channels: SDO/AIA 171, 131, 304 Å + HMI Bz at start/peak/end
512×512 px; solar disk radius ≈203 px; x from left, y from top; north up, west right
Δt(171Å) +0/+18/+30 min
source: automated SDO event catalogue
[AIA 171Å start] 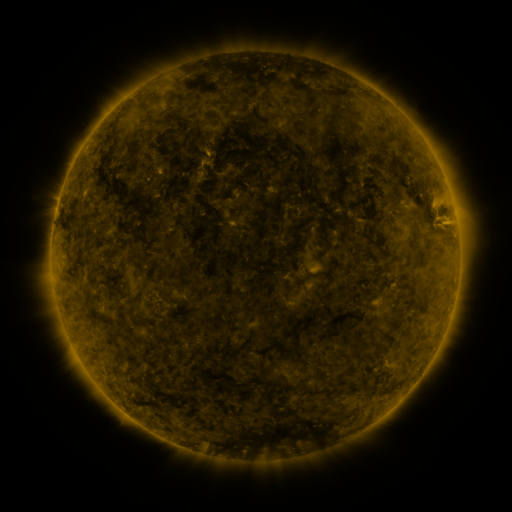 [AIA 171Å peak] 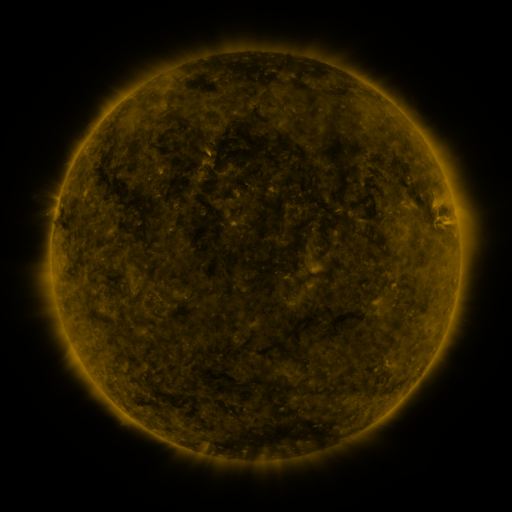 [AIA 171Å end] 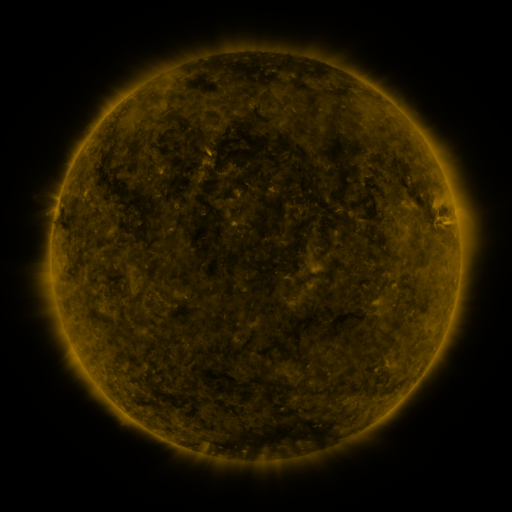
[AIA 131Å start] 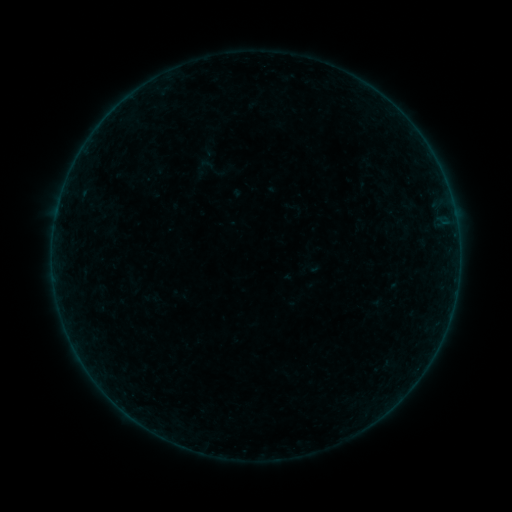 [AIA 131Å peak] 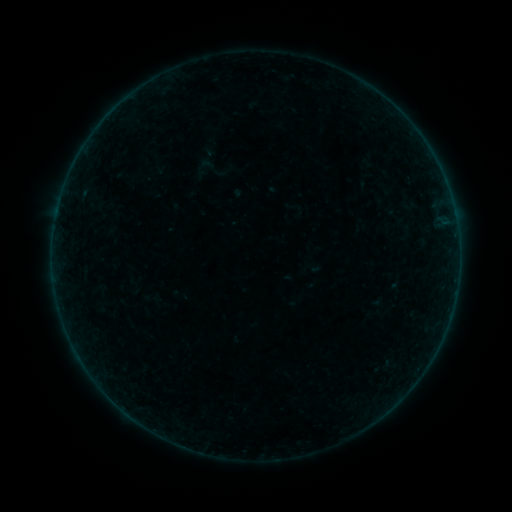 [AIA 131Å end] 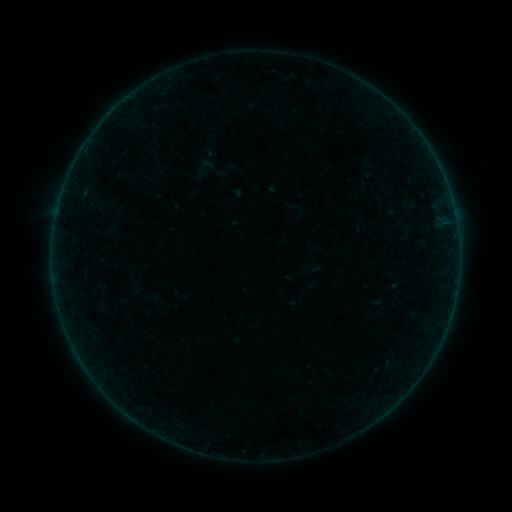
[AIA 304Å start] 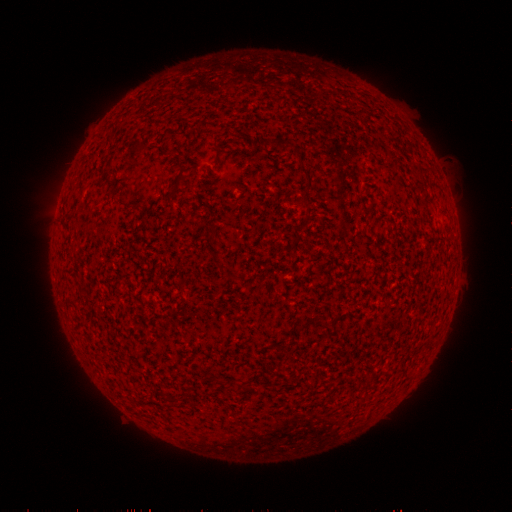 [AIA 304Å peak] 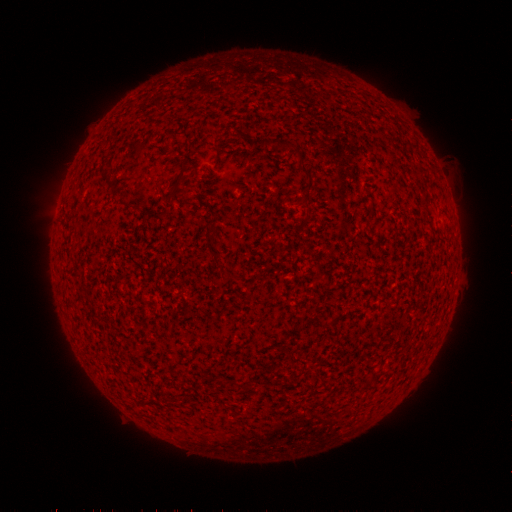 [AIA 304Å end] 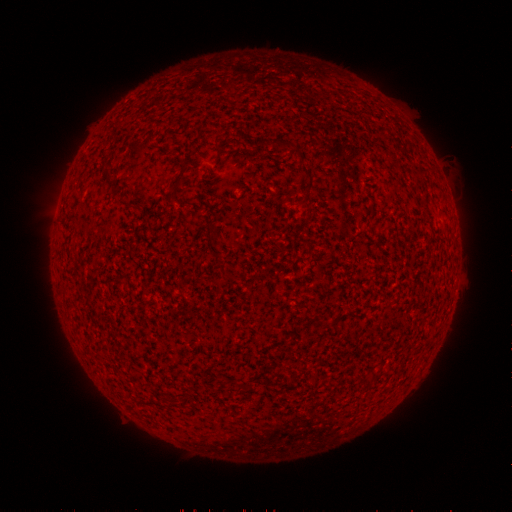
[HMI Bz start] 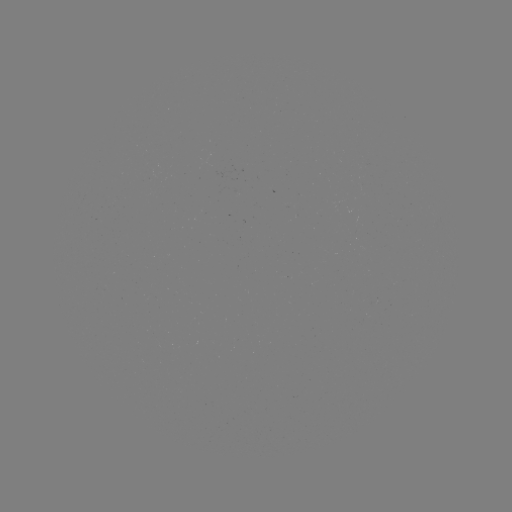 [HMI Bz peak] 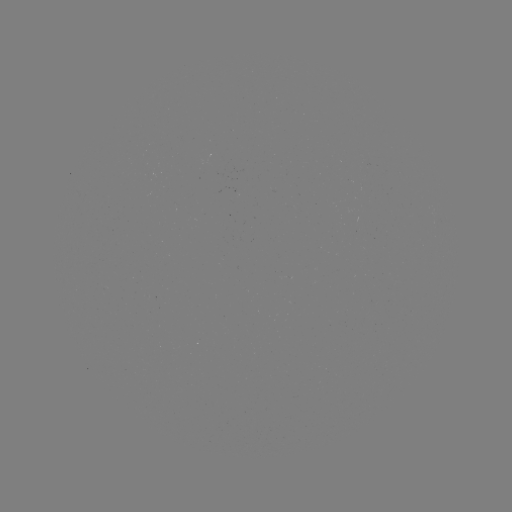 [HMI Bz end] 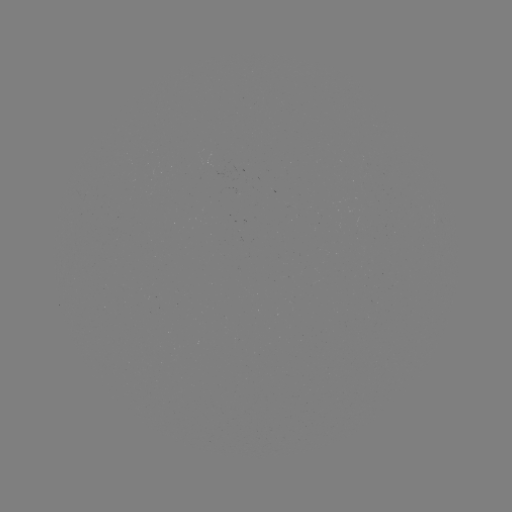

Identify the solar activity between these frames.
no classed flare was catalogued and no EUV brightening was flagged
